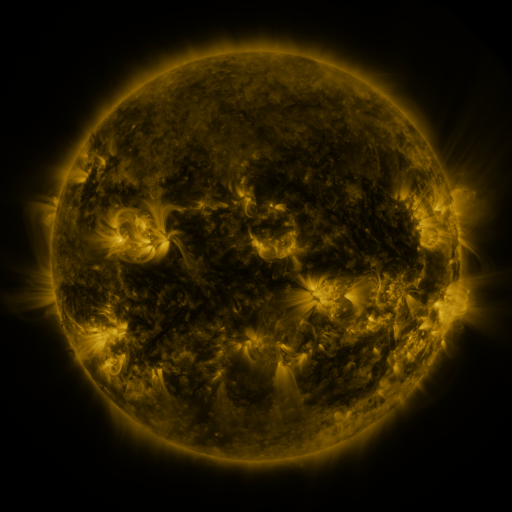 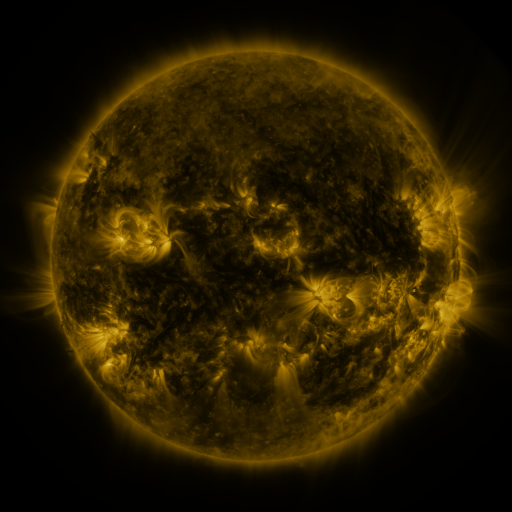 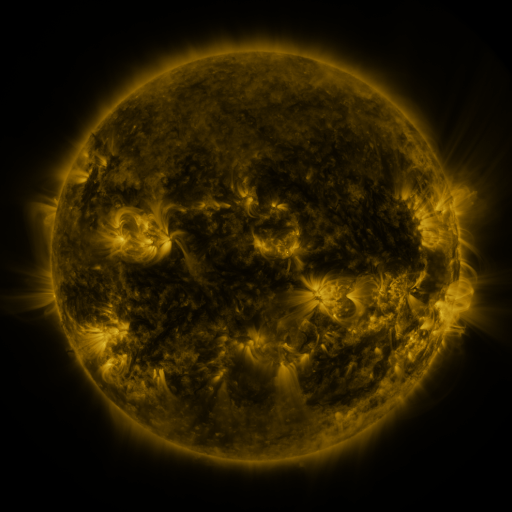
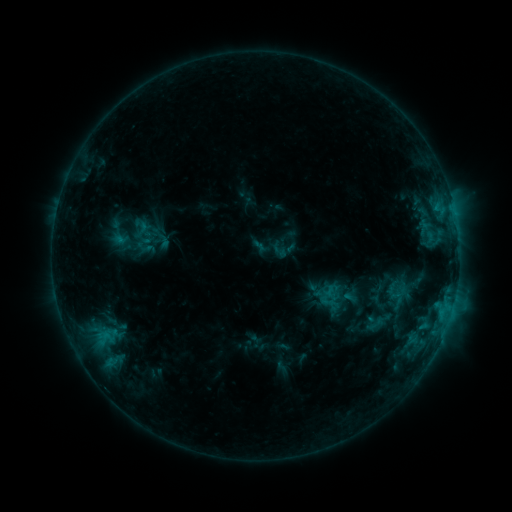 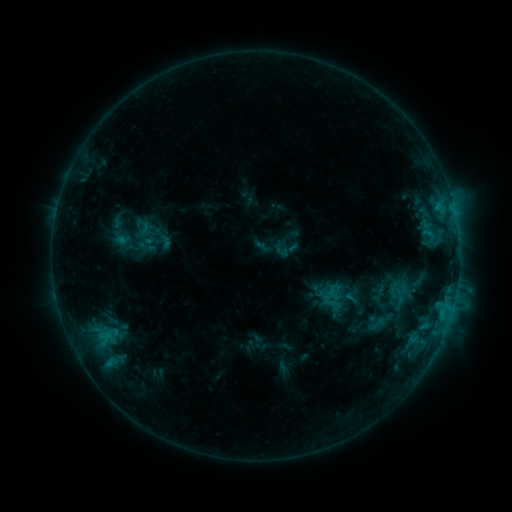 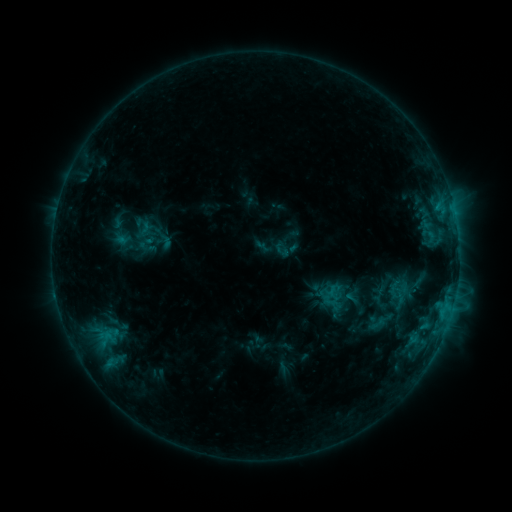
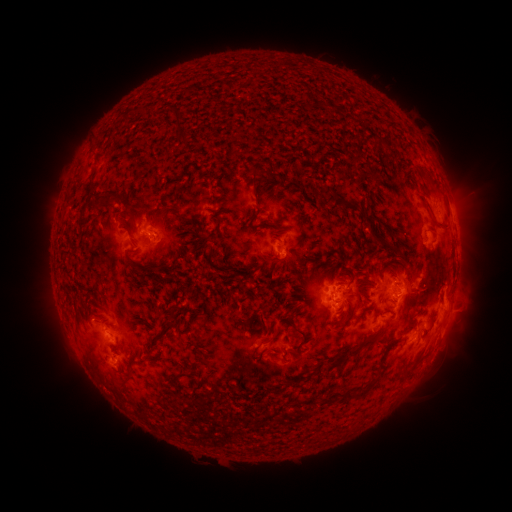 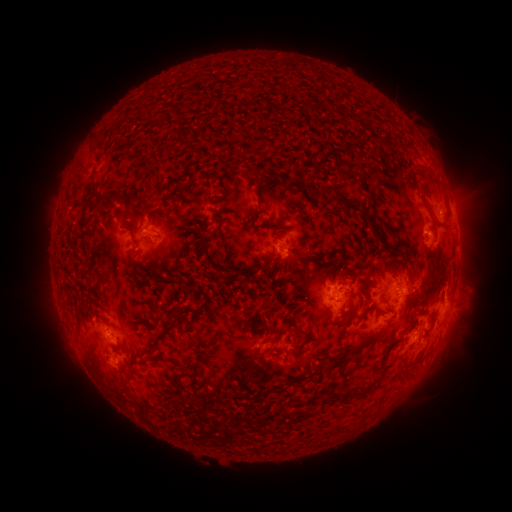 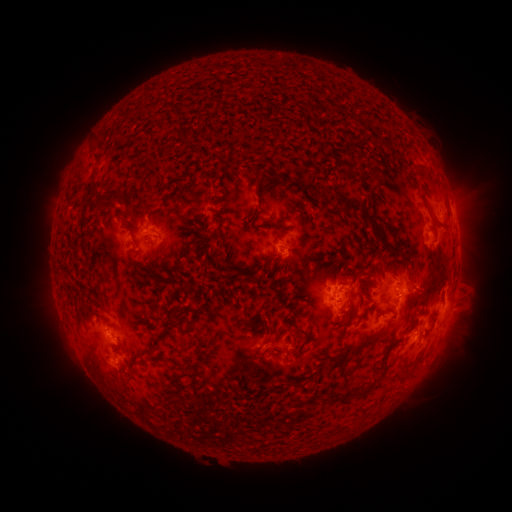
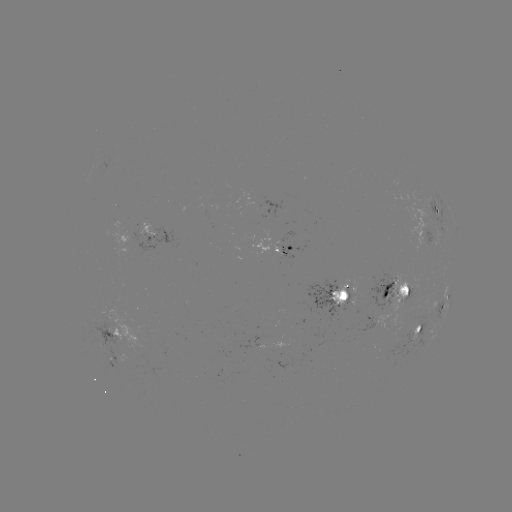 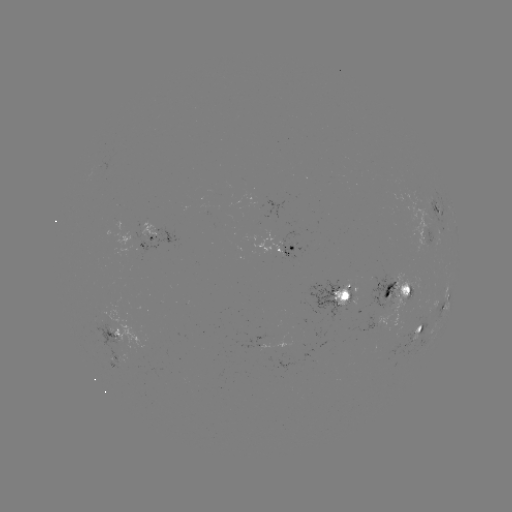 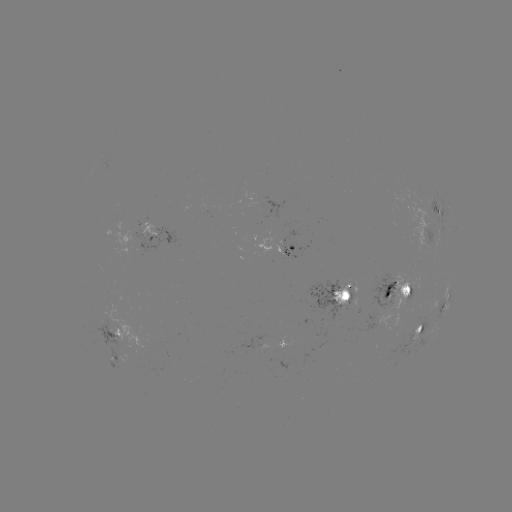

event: emerging-flux region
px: (404, 297)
